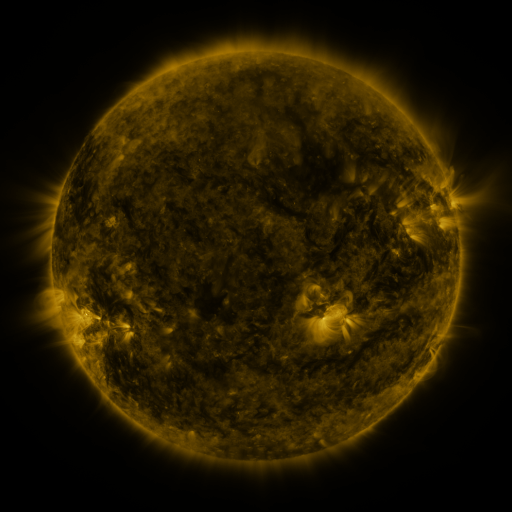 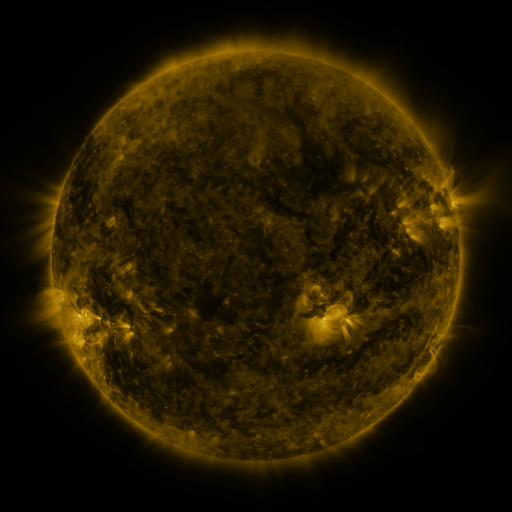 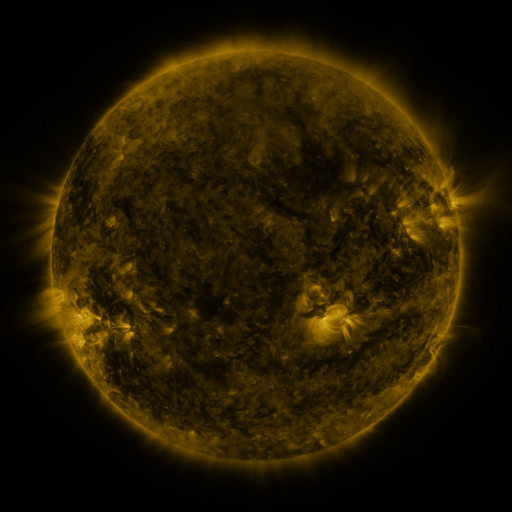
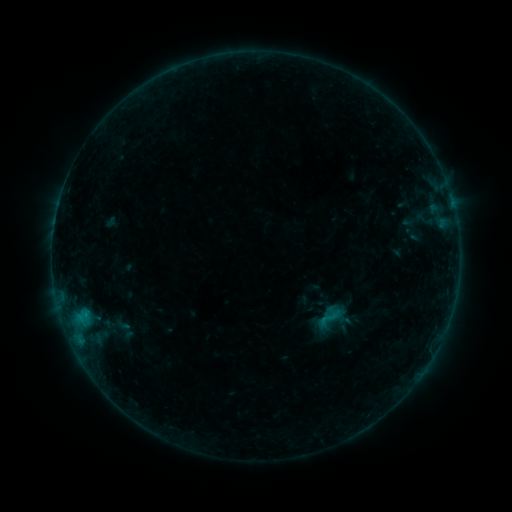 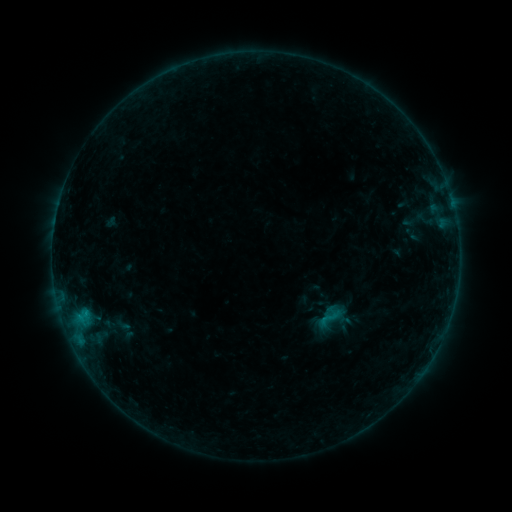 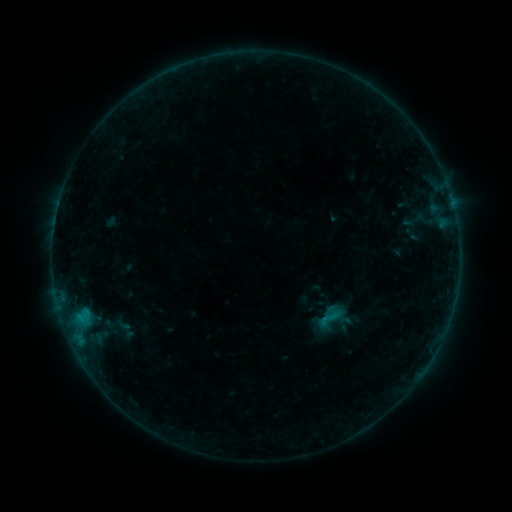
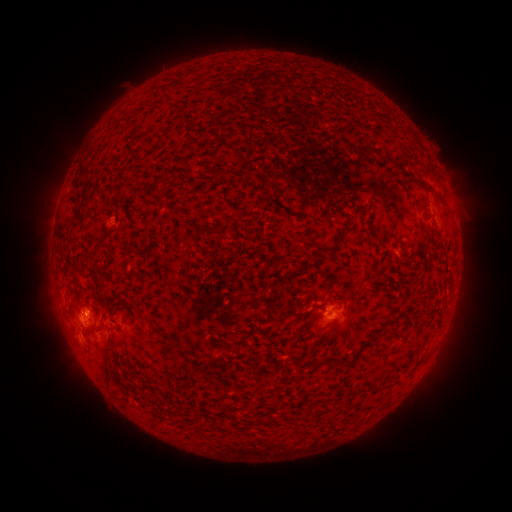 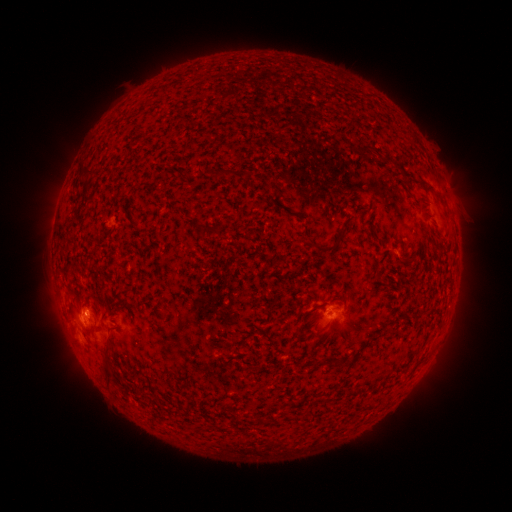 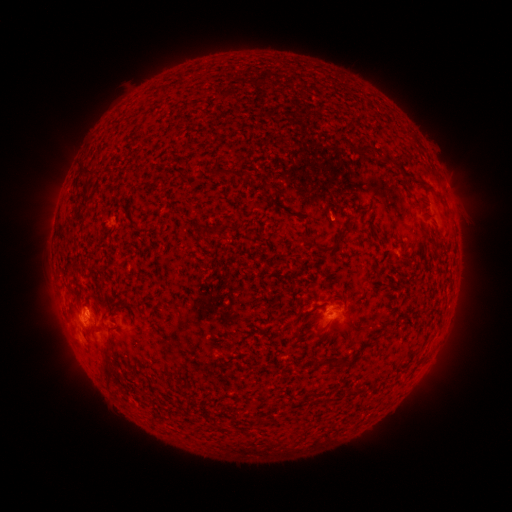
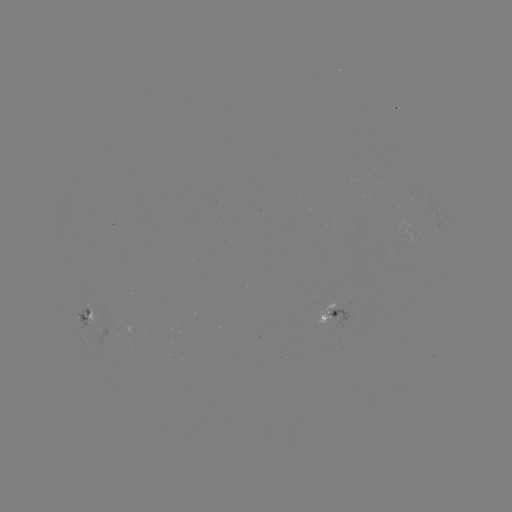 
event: flare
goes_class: B3.0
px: (88, 310)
